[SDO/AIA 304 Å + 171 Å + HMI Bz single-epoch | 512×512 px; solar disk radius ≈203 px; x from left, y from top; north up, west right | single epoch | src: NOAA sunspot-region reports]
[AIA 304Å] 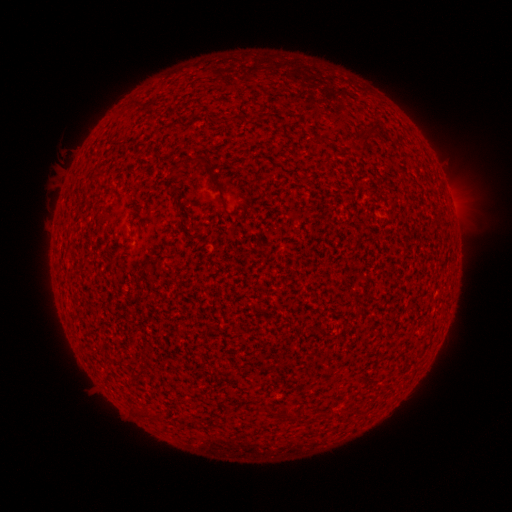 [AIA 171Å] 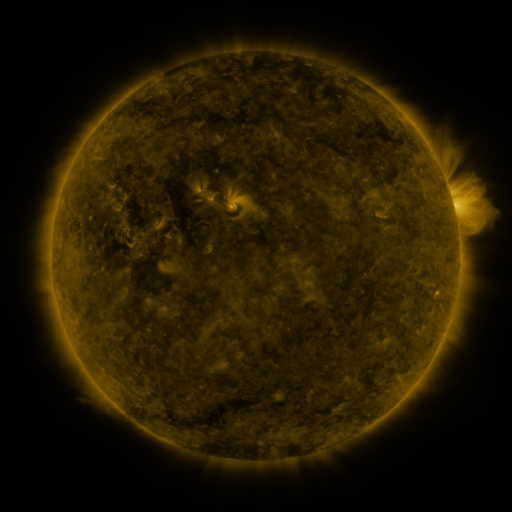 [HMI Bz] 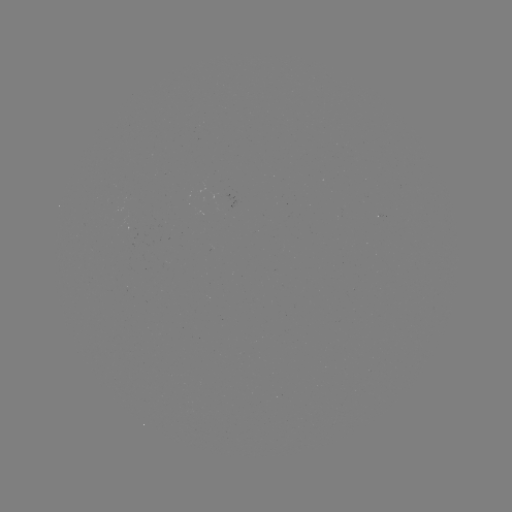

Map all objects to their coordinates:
(none)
